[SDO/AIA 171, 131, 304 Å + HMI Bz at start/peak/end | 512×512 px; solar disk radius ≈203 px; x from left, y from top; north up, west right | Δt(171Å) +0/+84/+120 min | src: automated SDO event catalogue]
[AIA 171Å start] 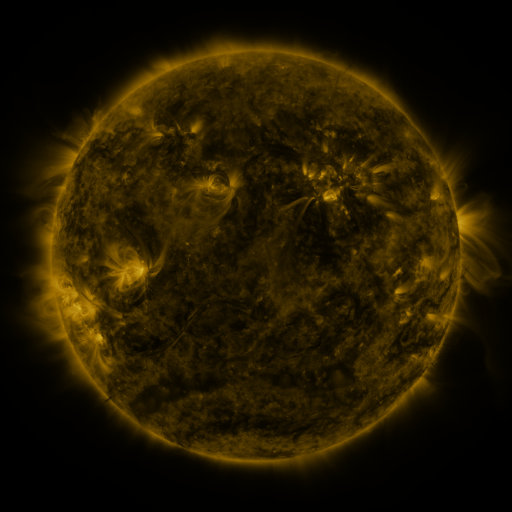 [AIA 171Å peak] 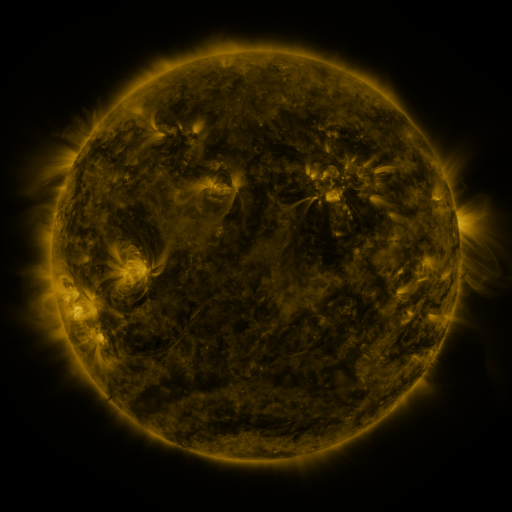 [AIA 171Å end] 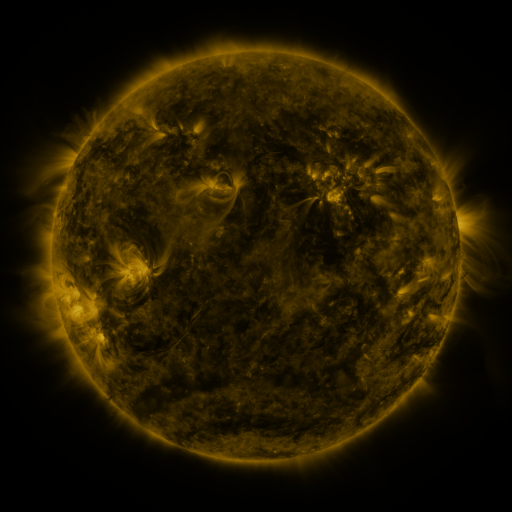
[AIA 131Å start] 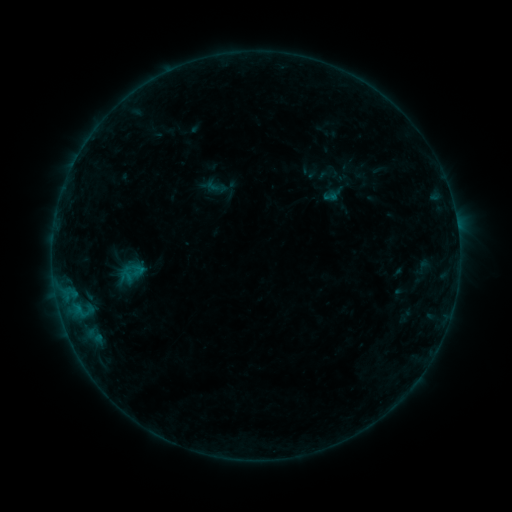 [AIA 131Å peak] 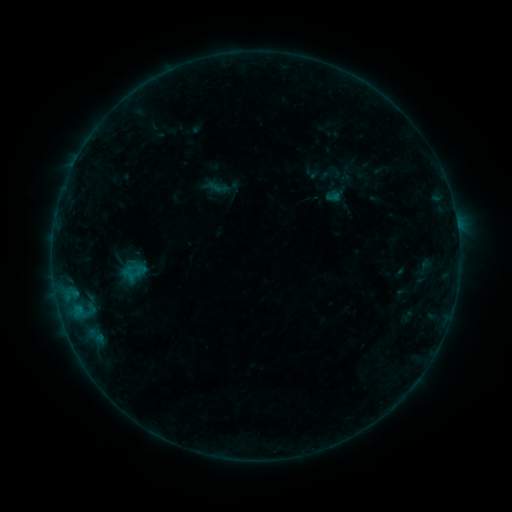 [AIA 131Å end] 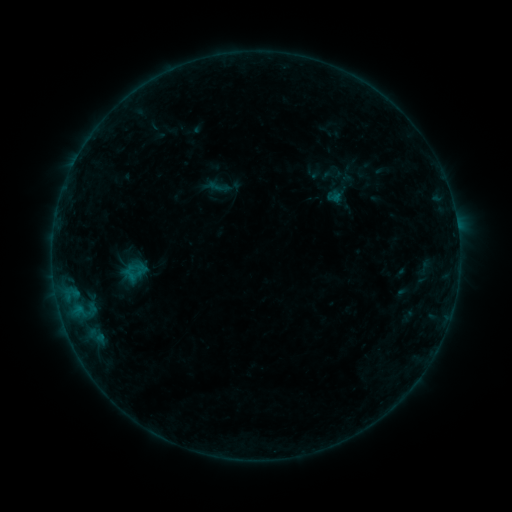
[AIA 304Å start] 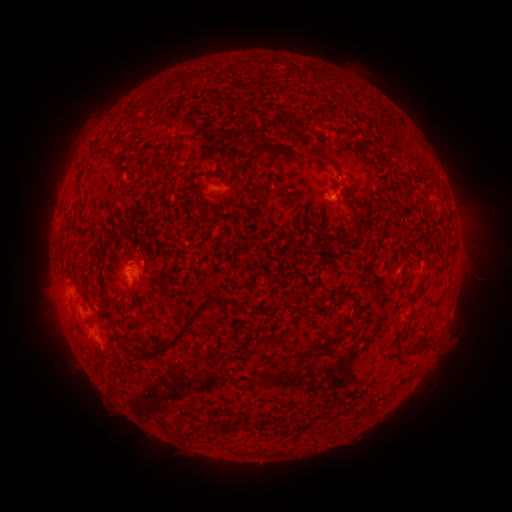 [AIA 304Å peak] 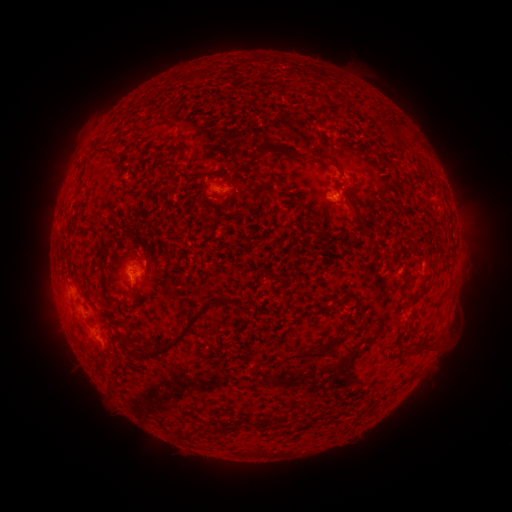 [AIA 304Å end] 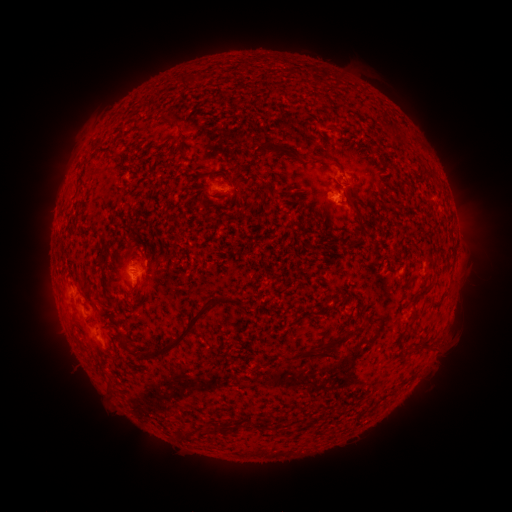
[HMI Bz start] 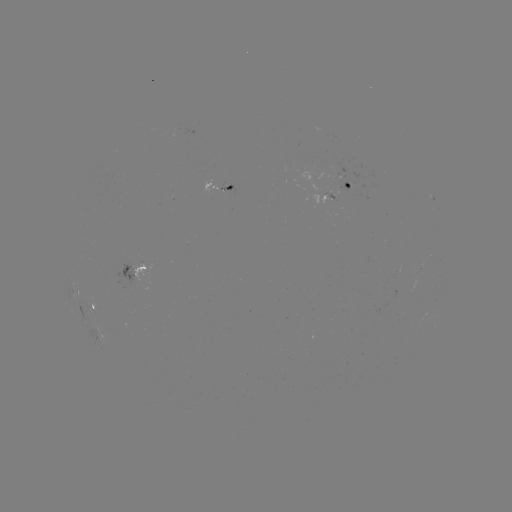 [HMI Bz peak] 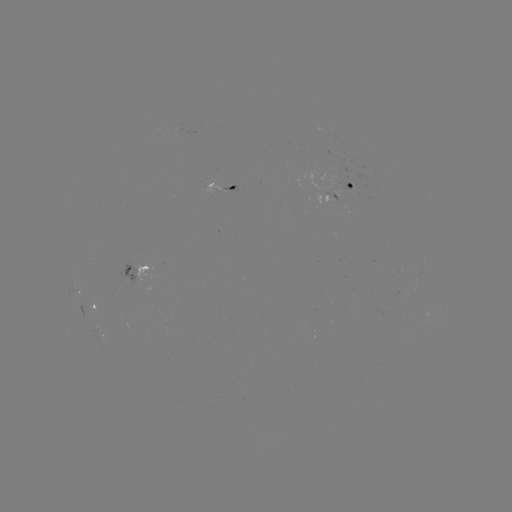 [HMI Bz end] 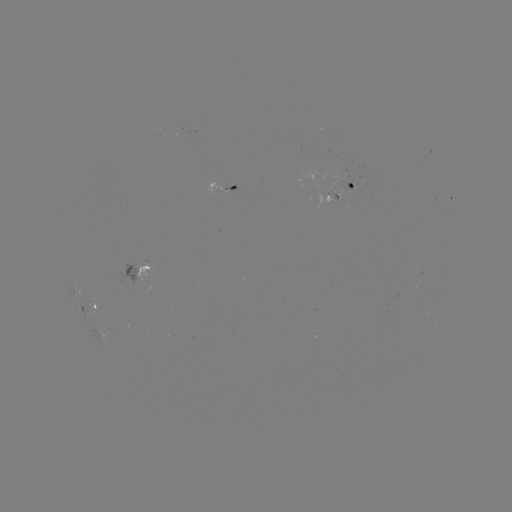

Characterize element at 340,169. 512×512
emerging-flux region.